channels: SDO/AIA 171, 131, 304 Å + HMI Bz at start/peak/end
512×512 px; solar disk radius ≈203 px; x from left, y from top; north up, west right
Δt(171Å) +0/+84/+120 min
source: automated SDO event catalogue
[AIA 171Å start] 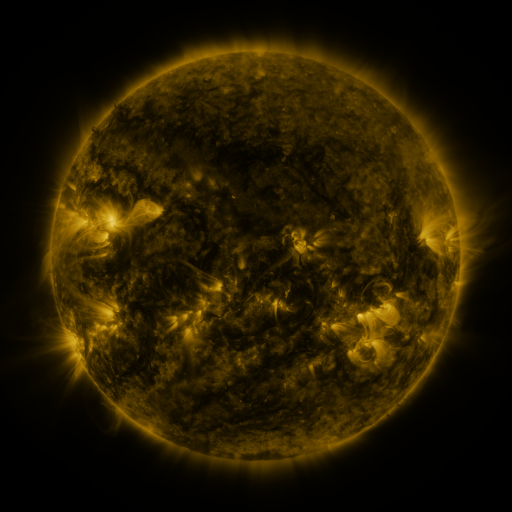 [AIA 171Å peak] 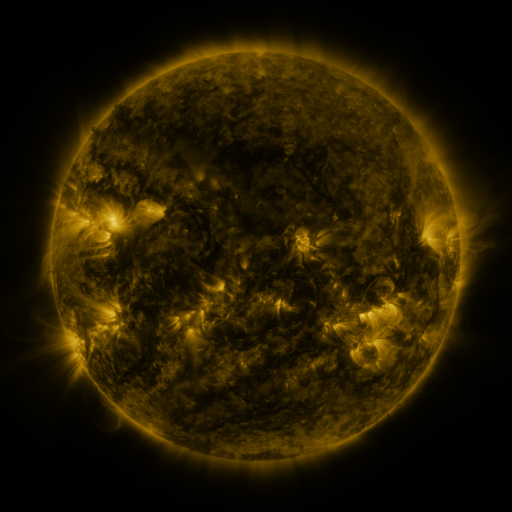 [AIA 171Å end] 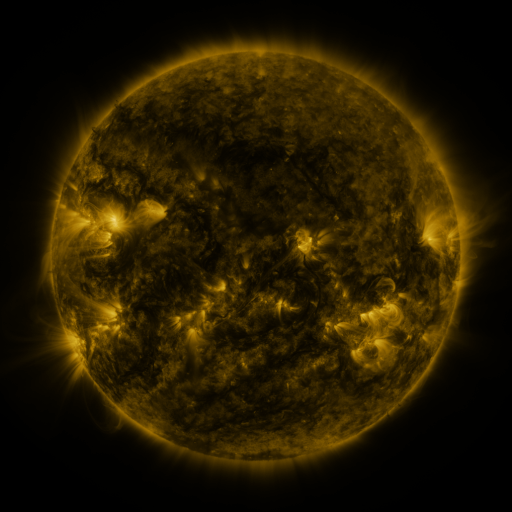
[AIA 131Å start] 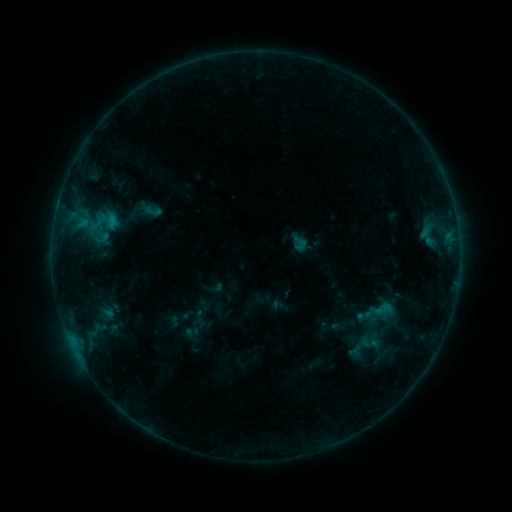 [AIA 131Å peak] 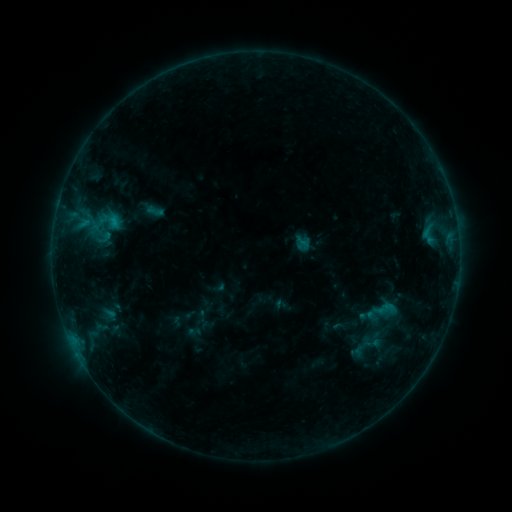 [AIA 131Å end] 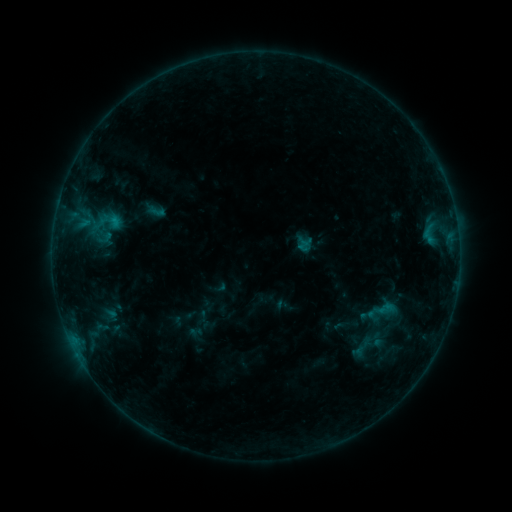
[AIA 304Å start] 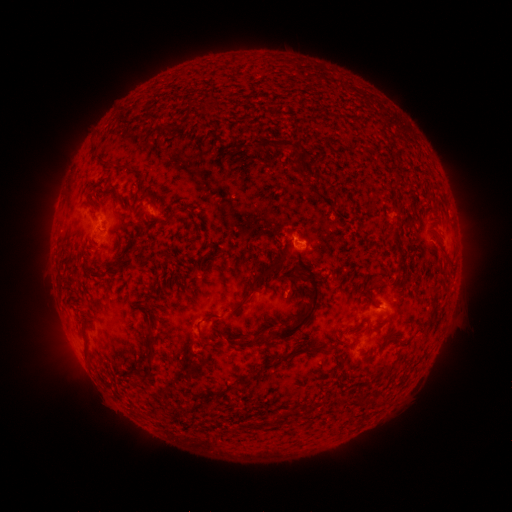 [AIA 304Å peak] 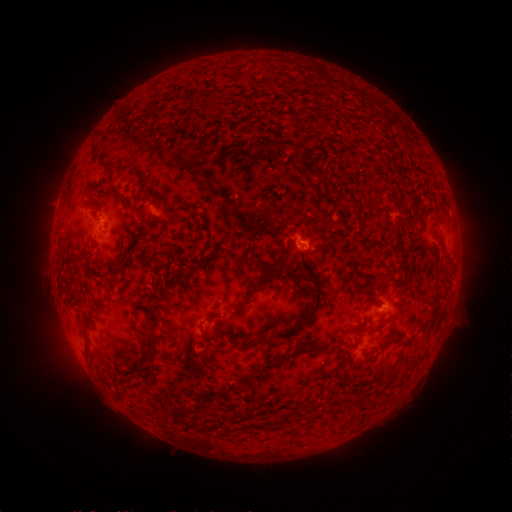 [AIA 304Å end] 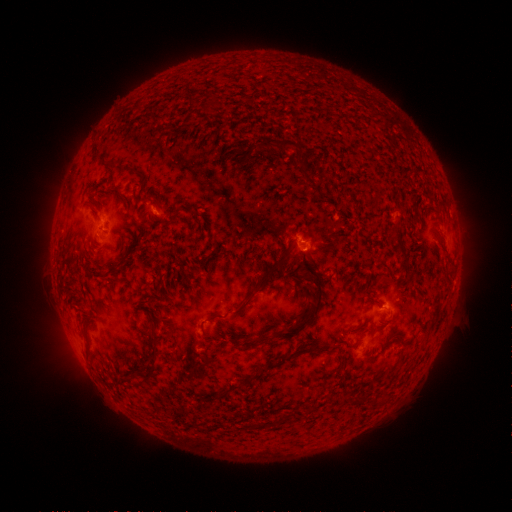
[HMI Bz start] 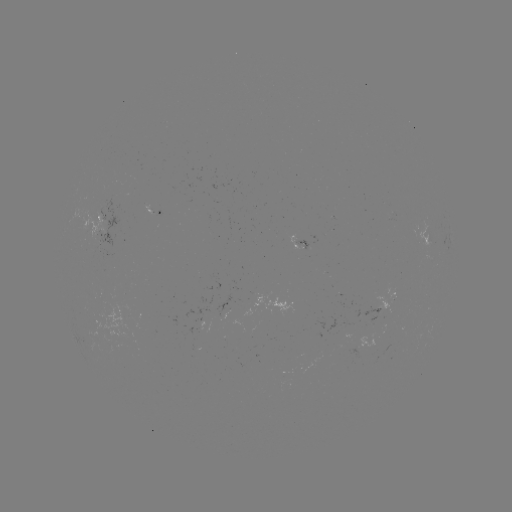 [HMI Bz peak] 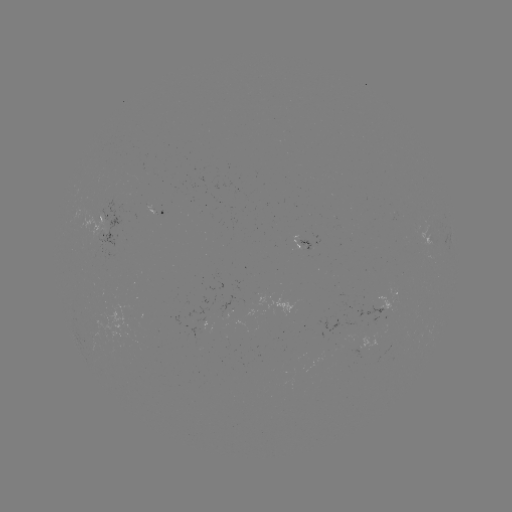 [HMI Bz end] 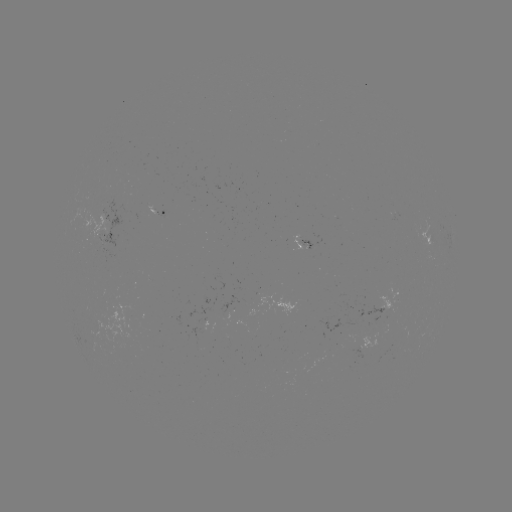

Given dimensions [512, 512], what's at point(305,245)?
emerging-flux region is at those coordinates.